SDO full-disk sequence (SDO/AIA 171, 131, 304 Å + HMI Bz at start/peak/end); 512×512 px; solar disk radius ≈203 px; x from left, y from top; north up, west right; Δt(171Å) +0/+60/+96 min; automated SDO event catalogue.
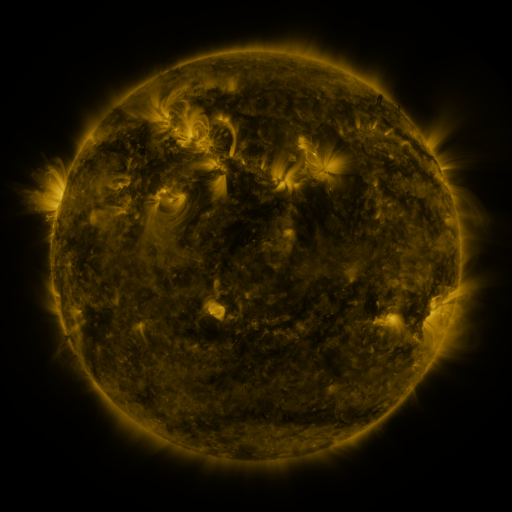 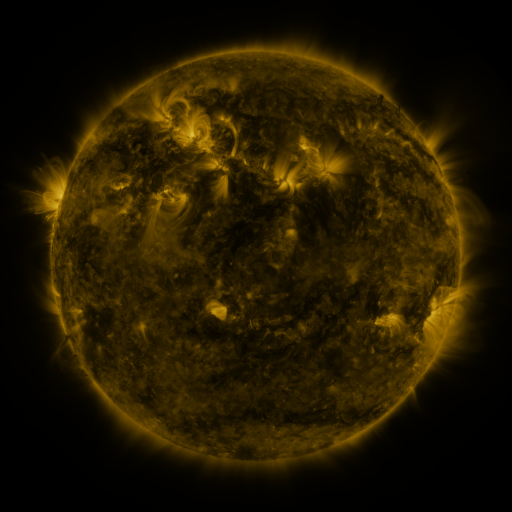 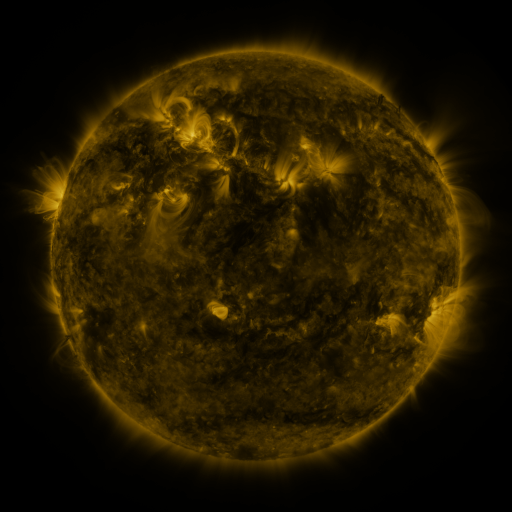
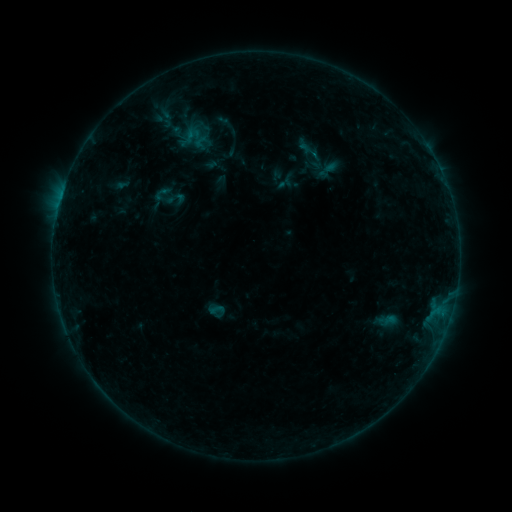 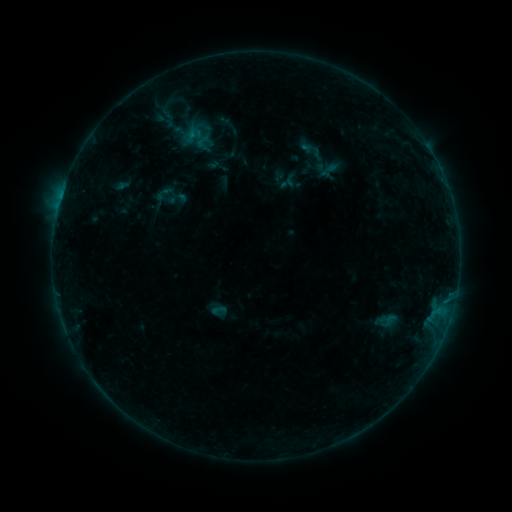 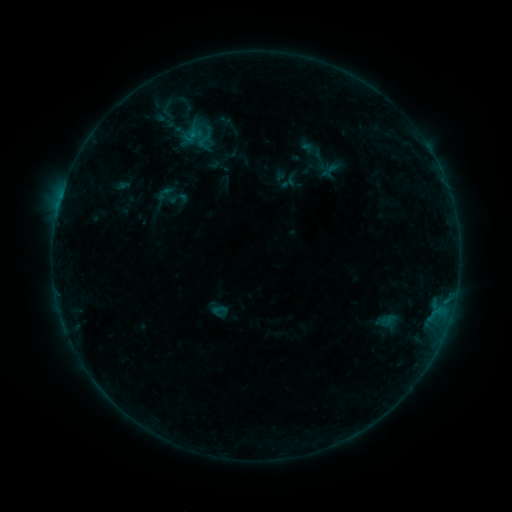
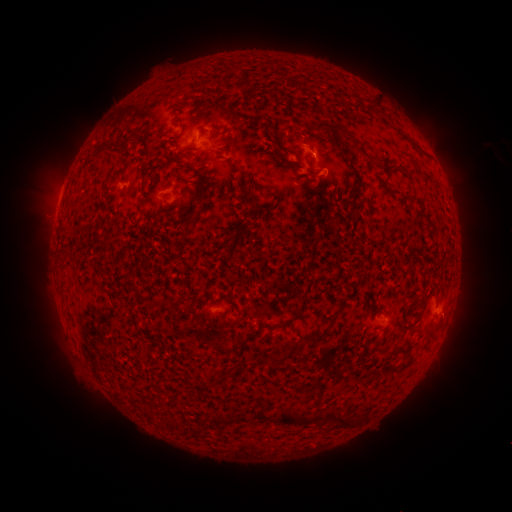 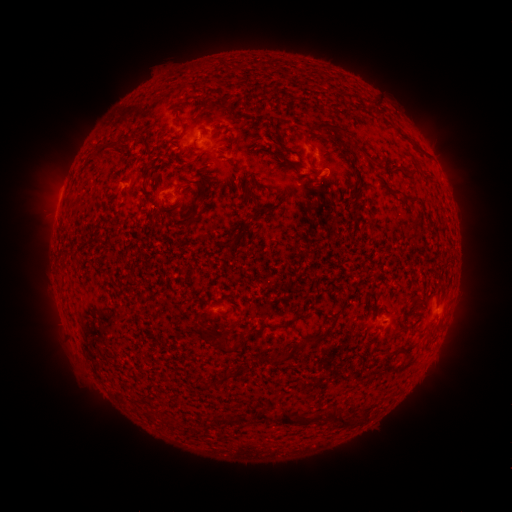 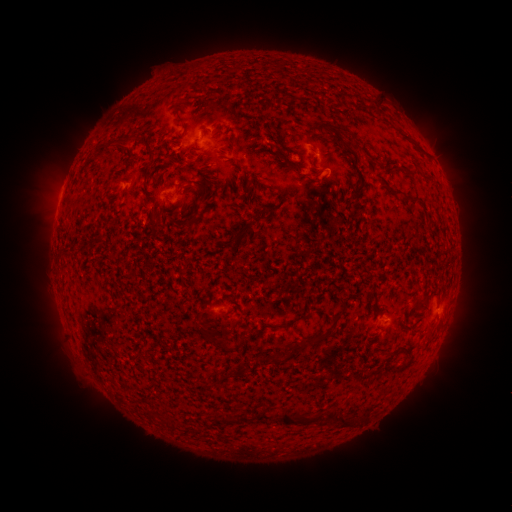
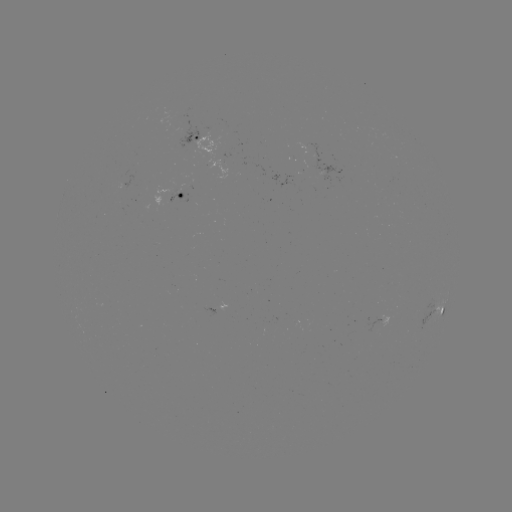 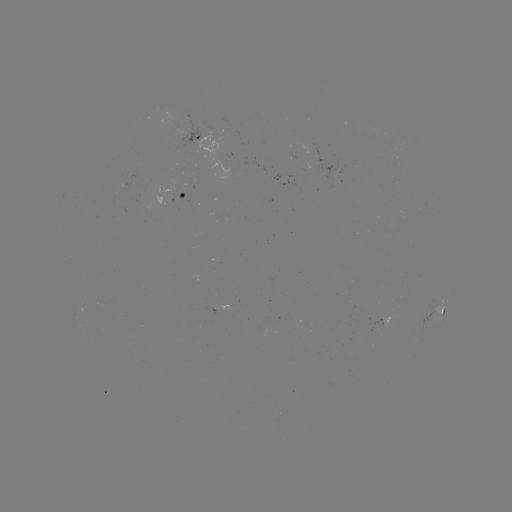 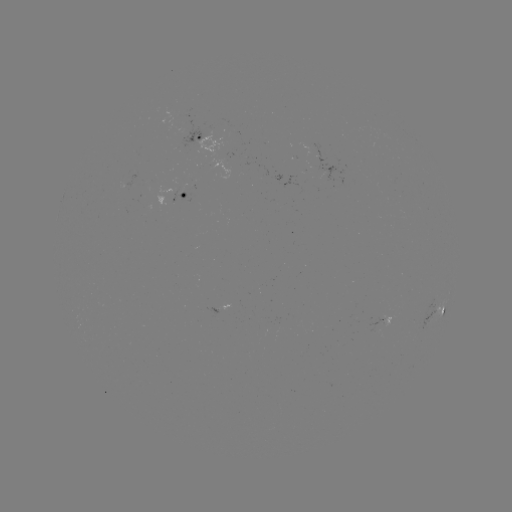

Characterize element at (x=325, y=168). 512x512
emerging-flux region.